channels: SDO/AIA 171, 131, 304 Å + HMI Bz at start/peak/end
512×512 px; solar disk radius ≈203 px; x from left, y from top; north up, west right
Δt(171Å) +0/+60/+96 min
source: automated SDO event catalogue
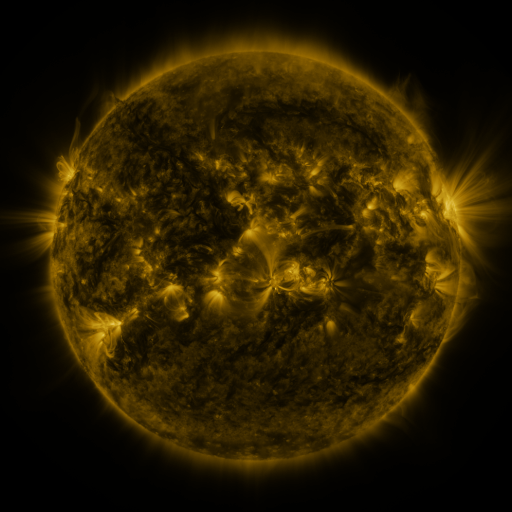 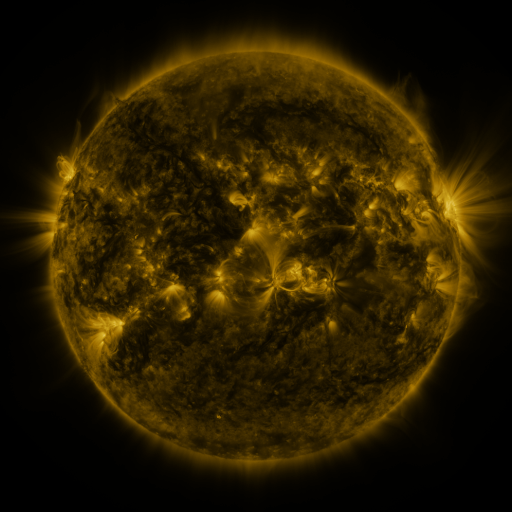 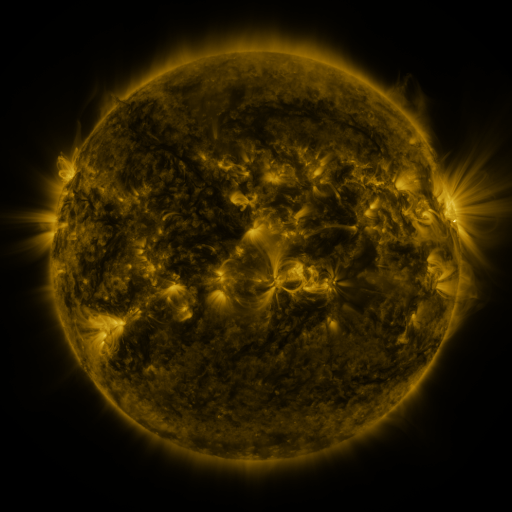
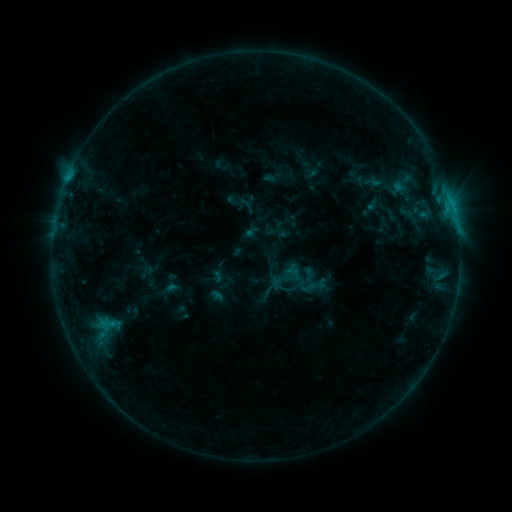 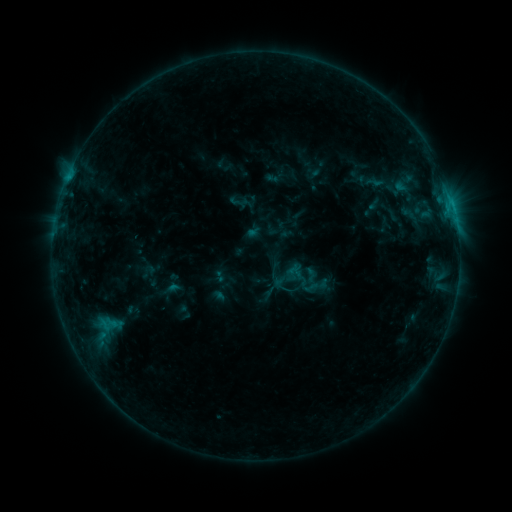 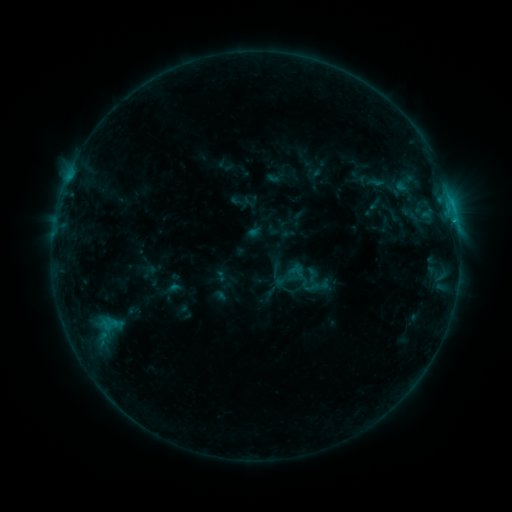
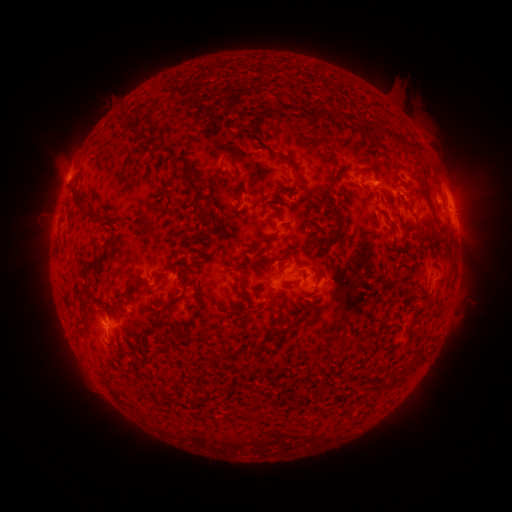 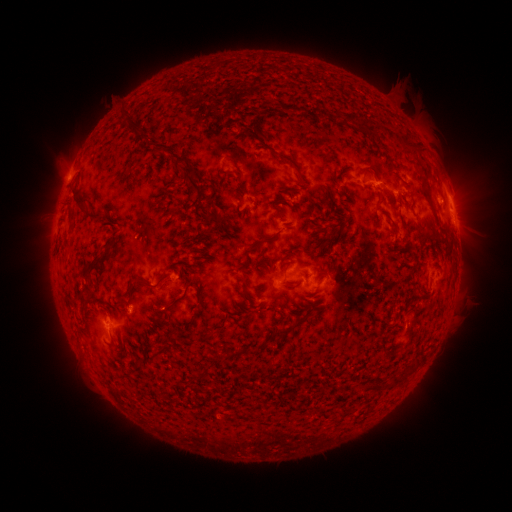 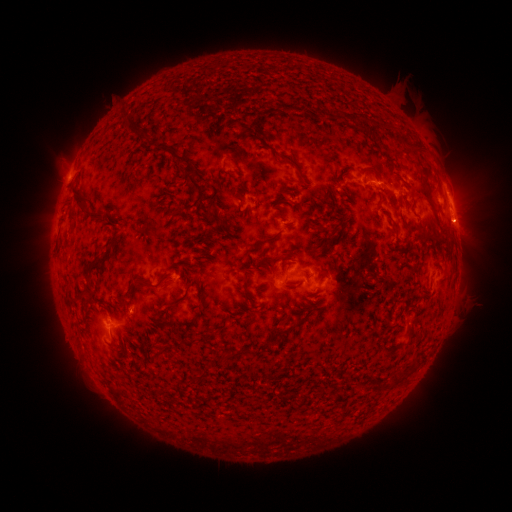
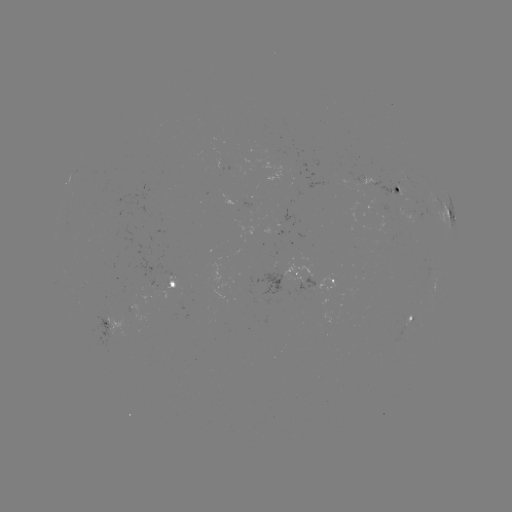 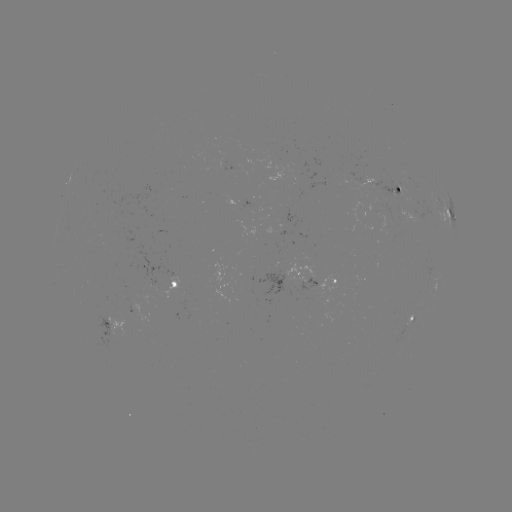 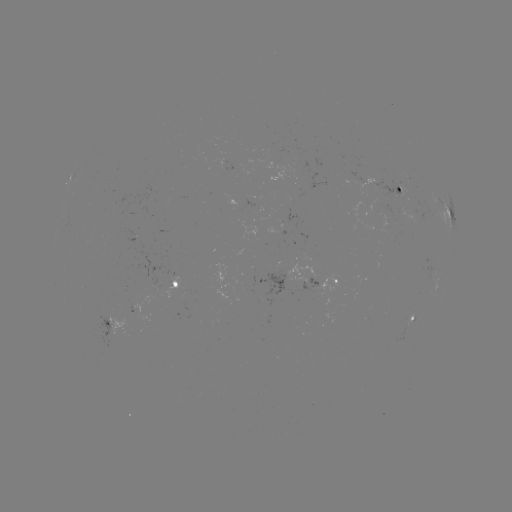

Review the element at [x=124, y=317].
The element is emerging-flux region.